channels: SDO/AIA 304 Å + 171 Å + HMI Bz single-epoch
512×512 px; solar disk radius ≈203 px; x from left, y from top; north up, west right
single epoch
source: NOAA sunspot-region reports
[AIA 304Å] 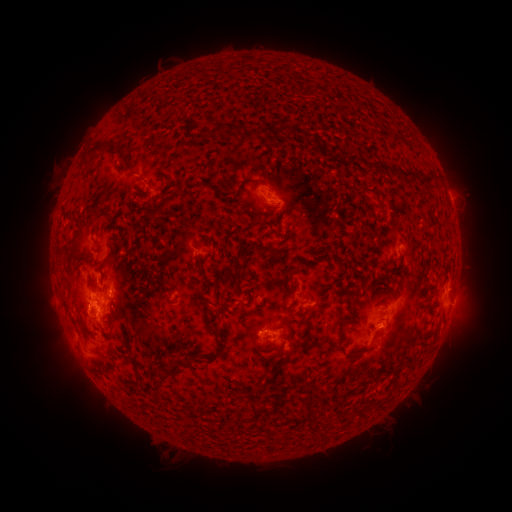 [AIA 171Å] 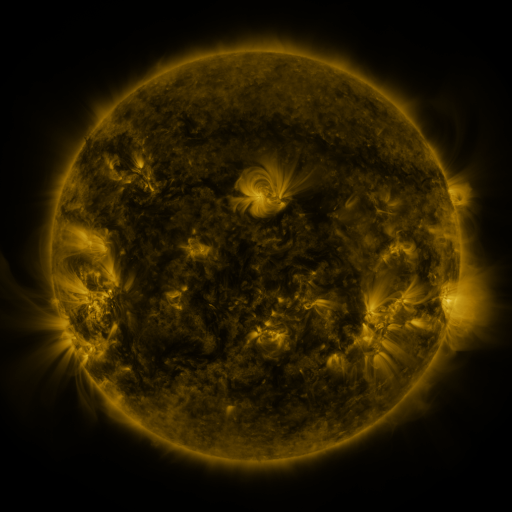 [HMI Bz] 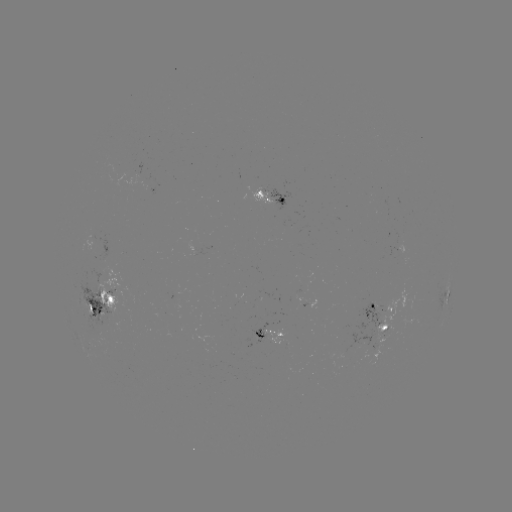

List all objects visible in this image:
spotted active region: (272, 196)
spotted active region: (448, 295)
spotted active region: (104, 296)
spotted active region: (452, 303)
spotted active region: (378, 309)
spotted active region: (385, 328)
spotted active region: (272, 332)
